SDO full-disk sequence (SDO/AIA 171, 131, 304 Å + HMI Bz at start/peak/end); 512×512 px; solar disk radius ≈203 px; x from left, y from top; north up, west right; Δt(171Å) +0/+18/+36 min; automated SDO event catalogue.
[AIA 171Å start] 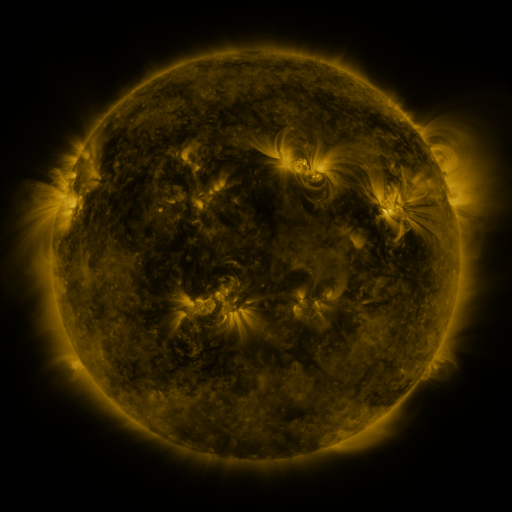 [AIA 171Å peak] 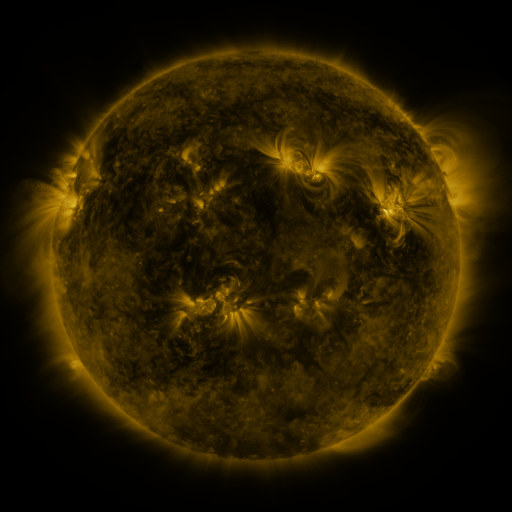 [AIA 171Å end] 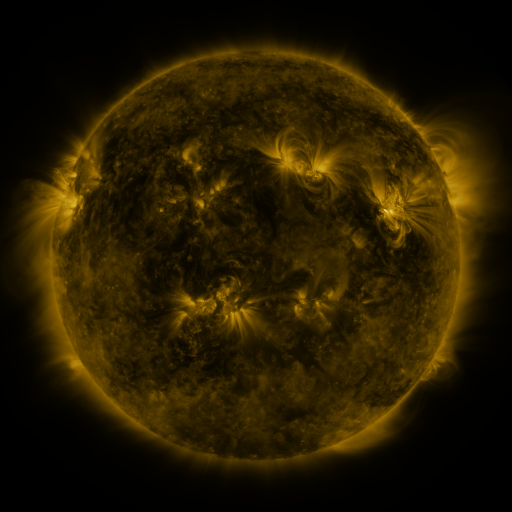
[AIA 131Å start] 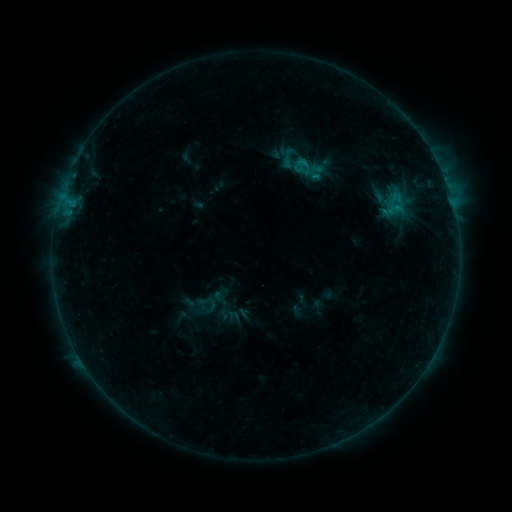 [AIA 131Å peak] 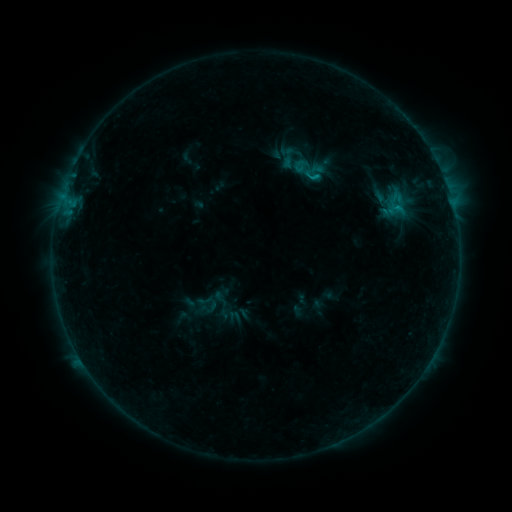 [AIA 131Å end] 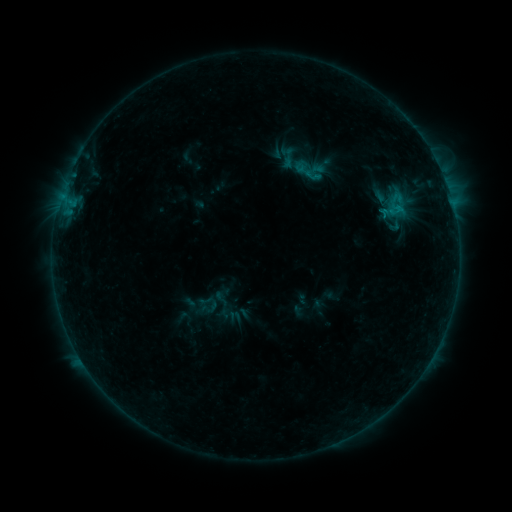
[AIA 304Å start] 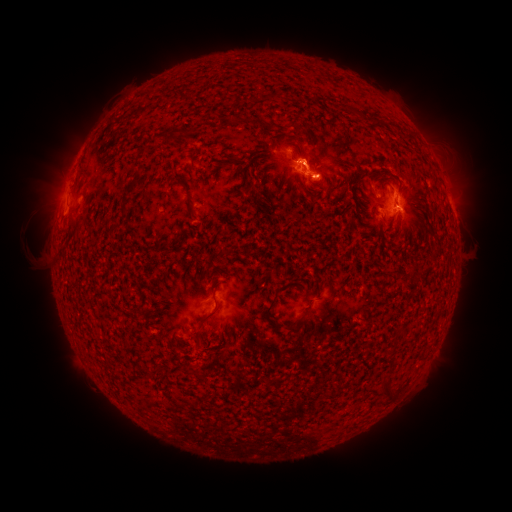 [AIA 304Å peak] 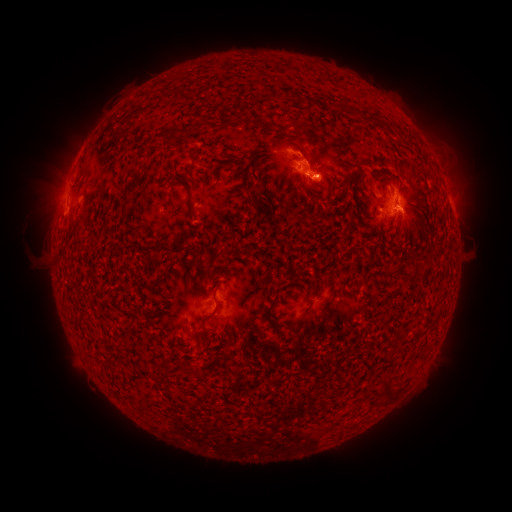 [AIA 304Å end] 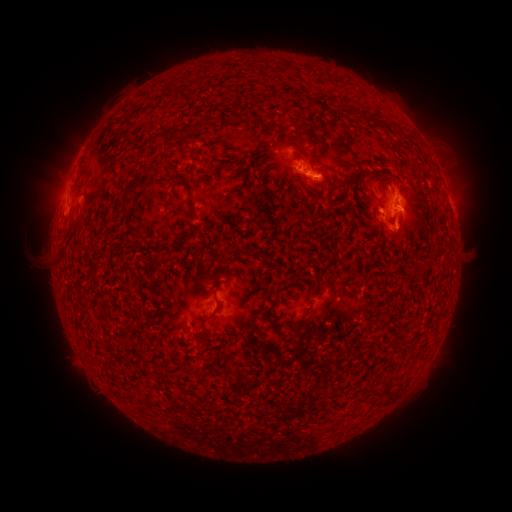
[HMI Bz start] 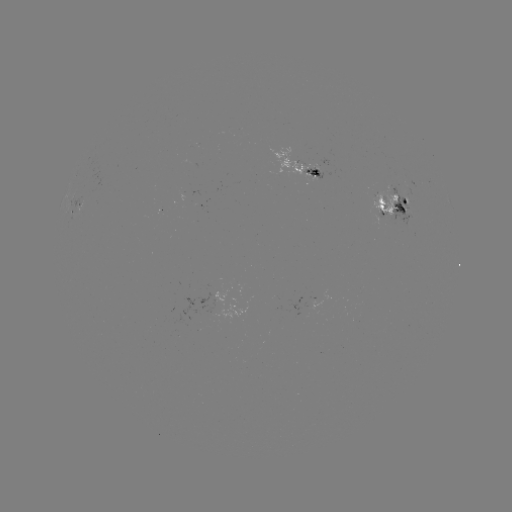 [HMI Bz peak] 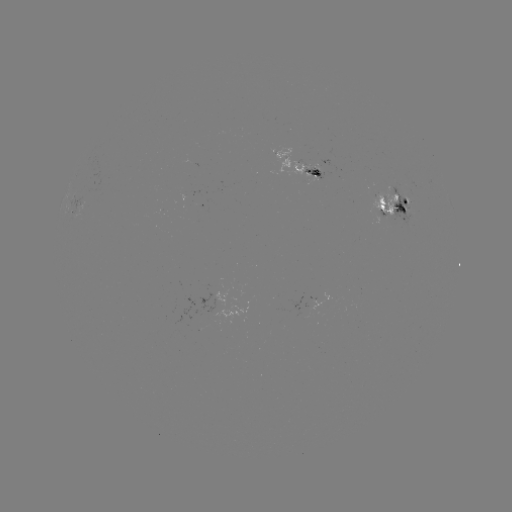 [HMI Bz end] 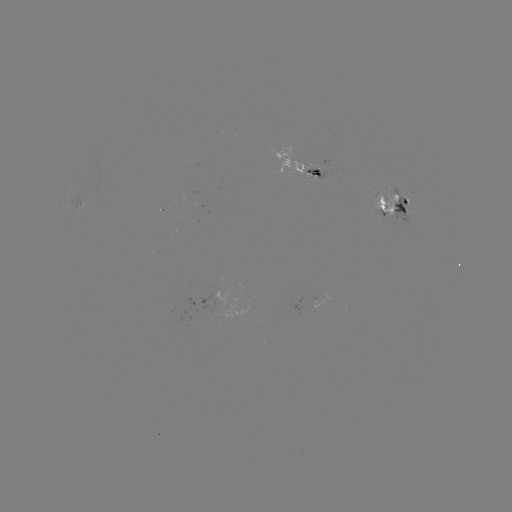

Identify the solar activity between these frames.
emerging-flux region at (198, 205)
